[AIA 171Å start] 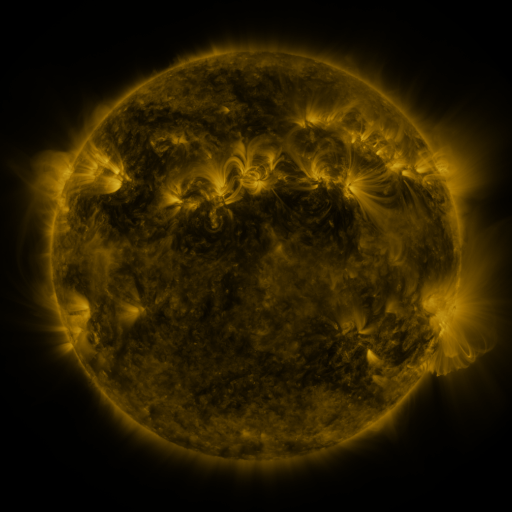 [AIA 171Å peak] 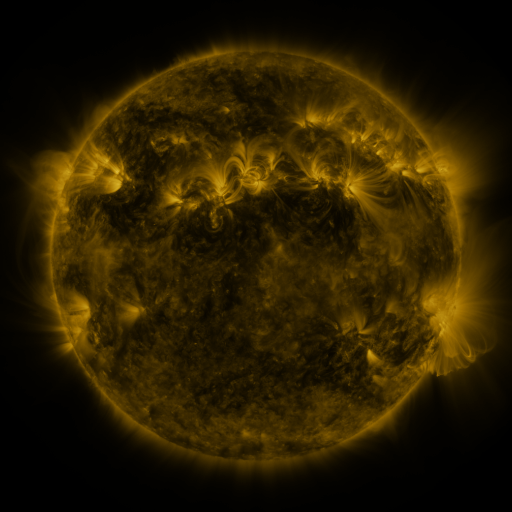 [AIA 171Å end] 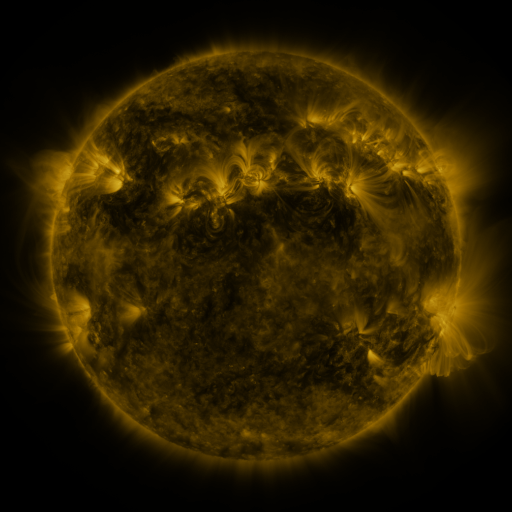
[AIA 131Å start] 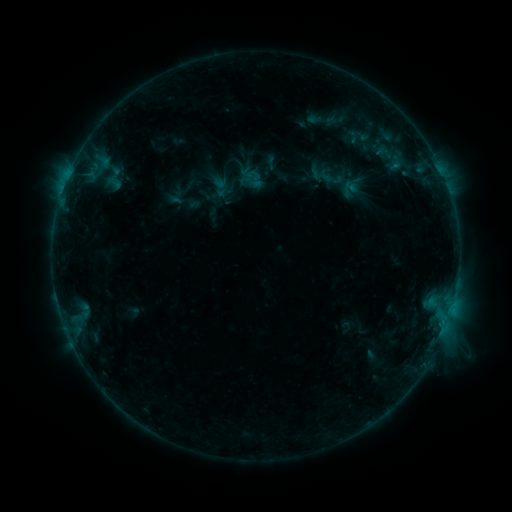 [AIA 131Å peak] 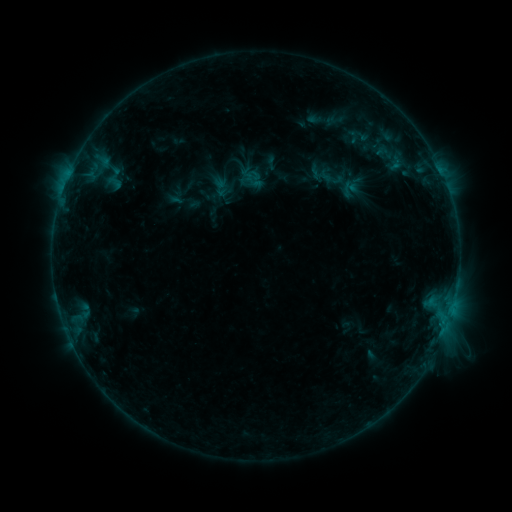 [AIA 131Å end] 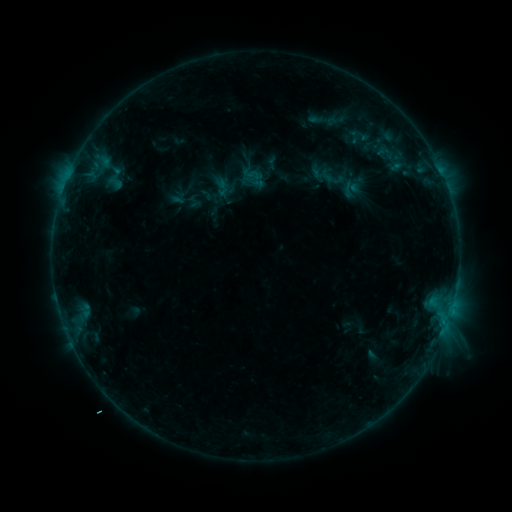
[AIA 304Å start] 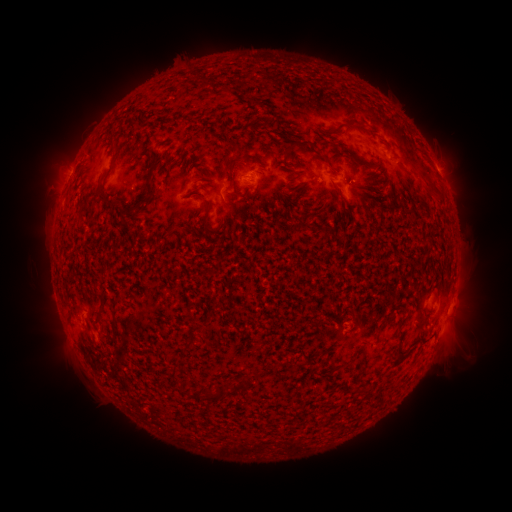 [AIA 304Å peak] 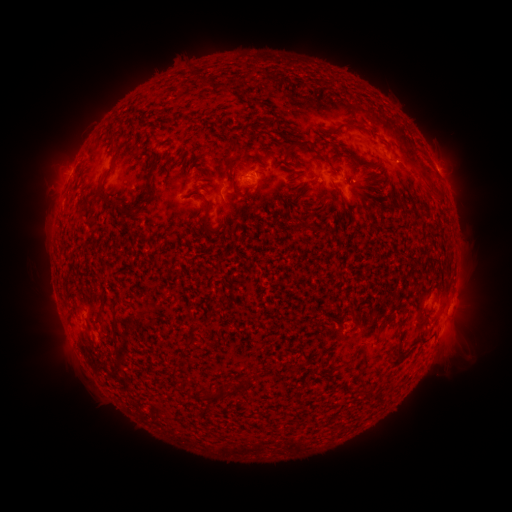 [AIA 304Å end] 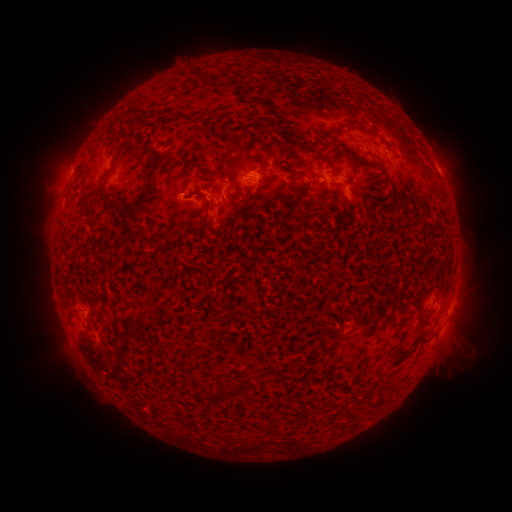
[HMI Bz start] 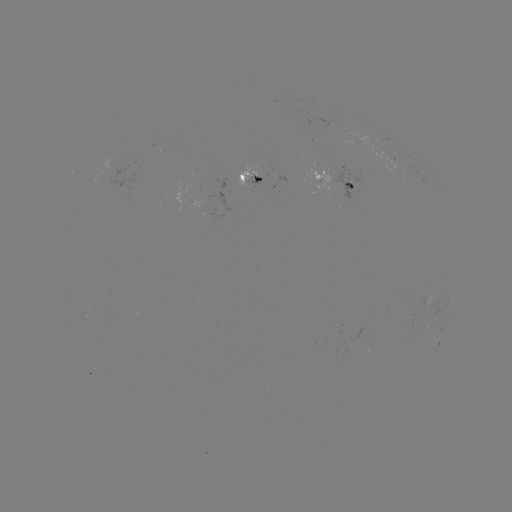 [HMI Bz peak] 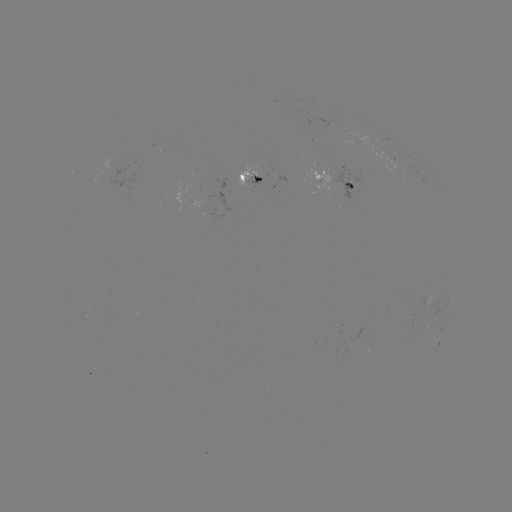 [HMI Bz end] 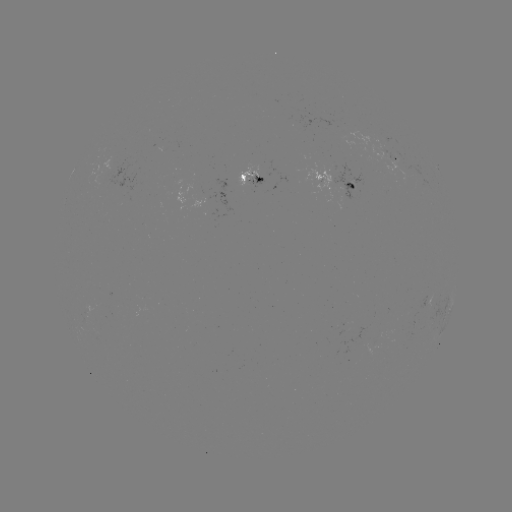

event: emerging-flux region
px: (384, 154)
